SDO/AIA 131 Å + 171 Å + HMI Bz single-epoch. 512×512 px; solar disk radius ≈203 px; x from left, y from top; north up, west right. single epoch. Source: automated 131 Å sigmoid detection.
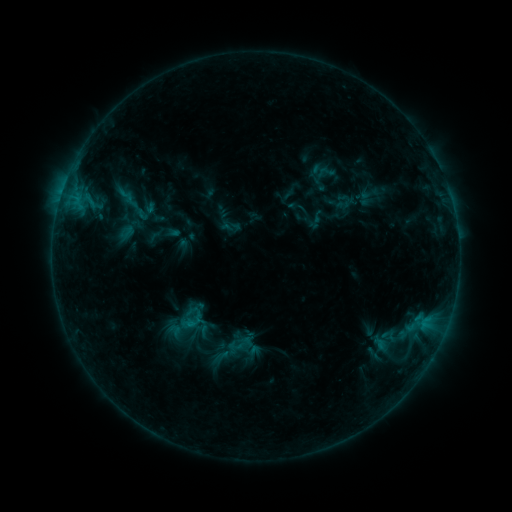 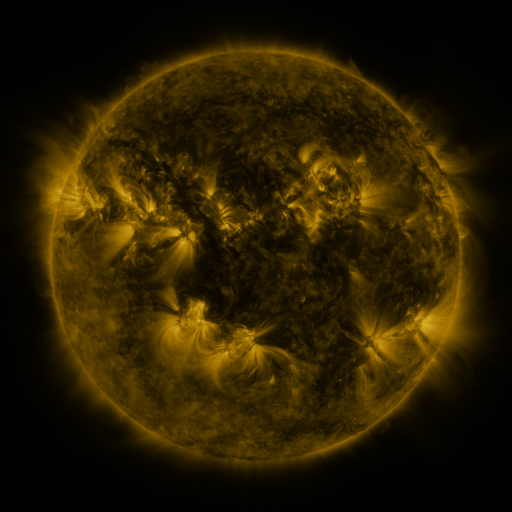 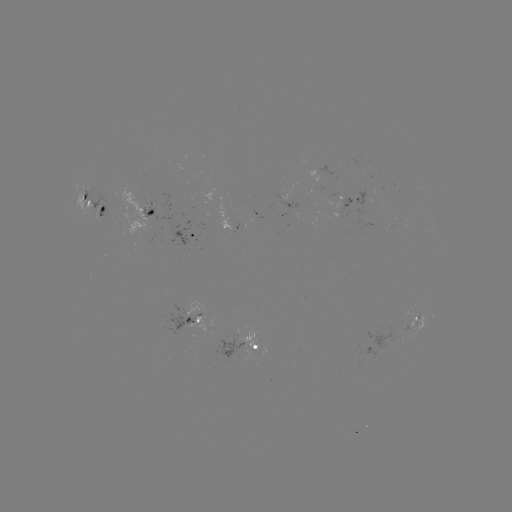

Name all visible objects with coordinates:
sigmoid: (125, 195)
sigmoid: (230, 227)
